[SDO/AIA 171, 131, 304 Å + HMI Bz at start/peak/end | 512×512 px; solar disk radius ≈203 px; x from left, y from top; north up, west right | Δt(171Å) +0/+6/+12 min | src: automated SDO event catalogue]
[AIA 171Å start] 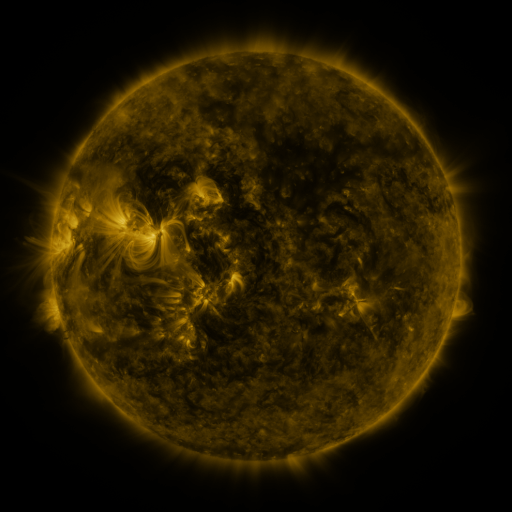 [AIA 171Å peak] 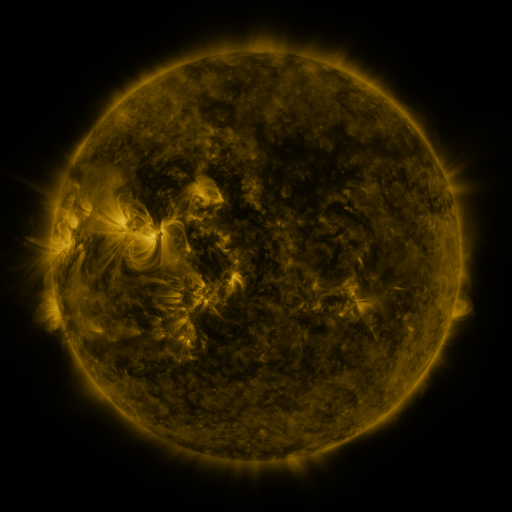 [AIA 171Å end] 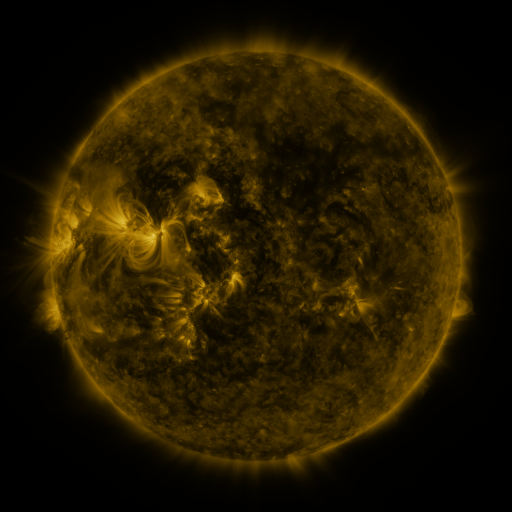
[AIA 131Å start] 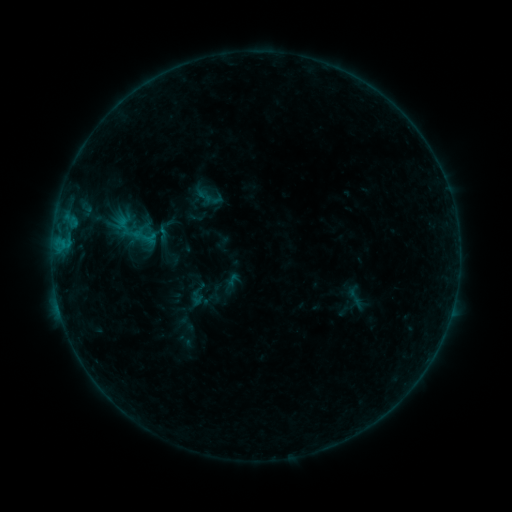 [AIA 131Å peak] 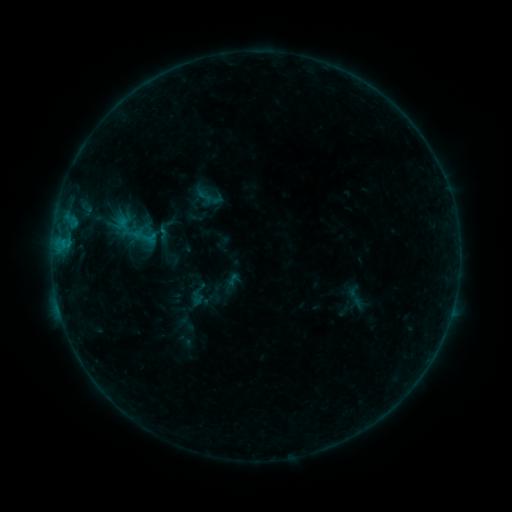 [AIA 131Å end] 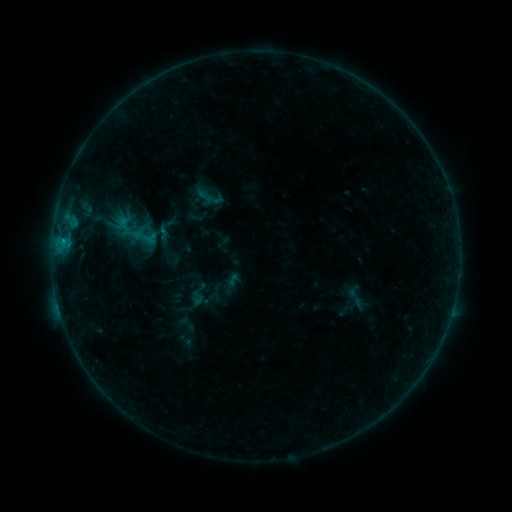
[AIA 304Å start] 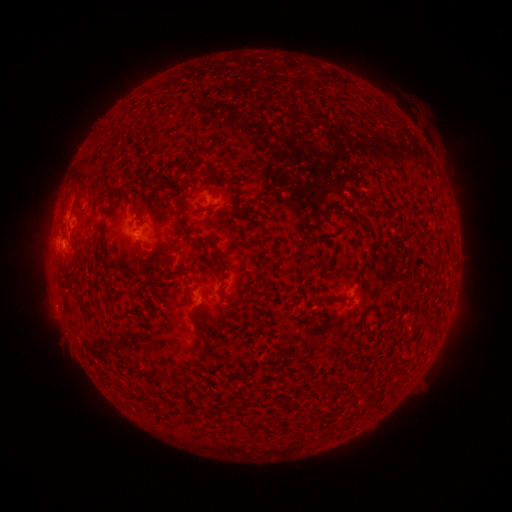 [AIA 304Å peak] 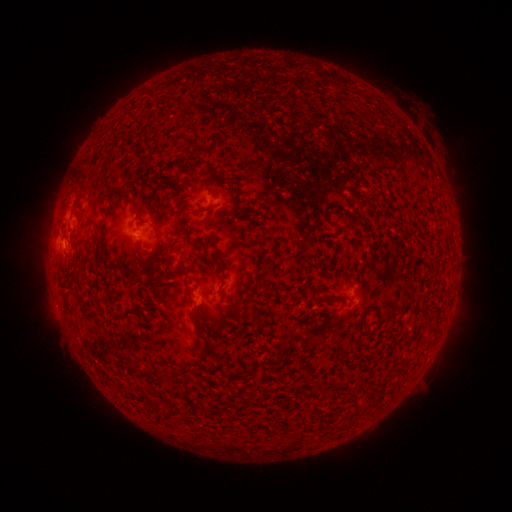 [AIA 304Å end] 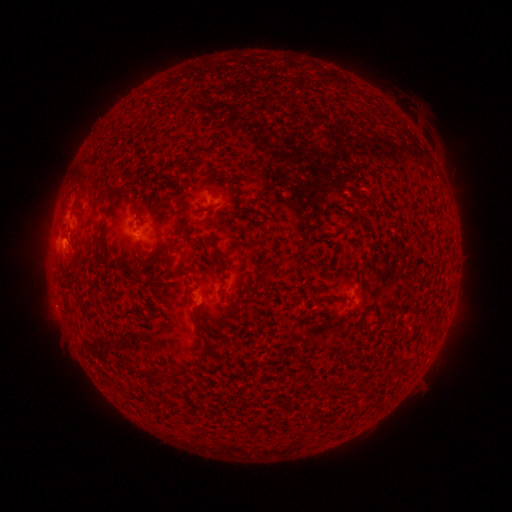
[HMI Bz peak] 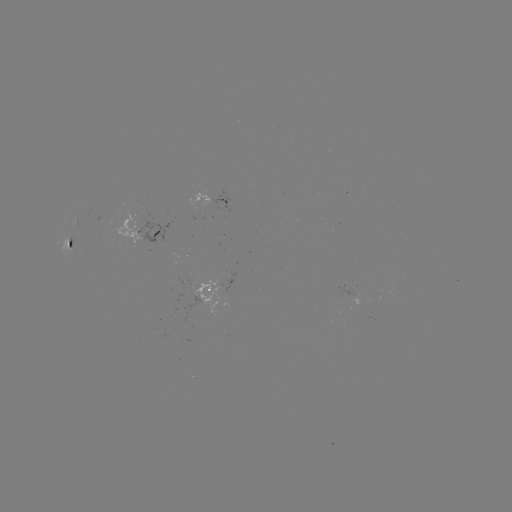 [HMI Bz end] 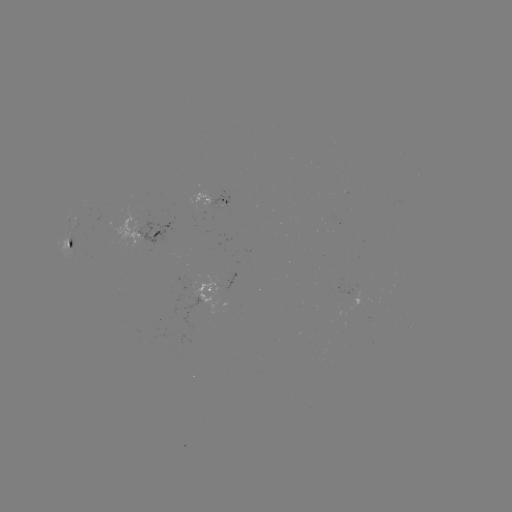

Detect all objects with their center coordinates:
B3.9 flare: (64, 243)
